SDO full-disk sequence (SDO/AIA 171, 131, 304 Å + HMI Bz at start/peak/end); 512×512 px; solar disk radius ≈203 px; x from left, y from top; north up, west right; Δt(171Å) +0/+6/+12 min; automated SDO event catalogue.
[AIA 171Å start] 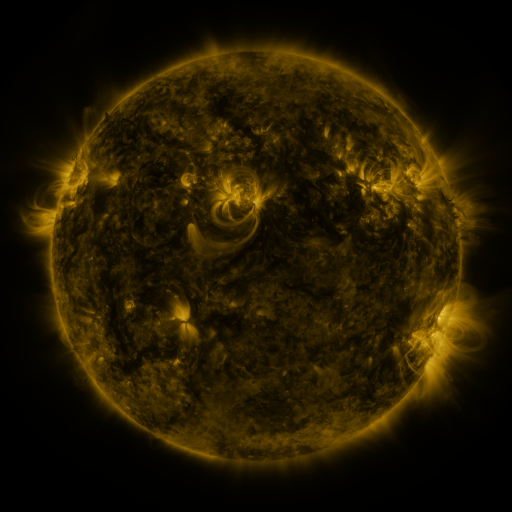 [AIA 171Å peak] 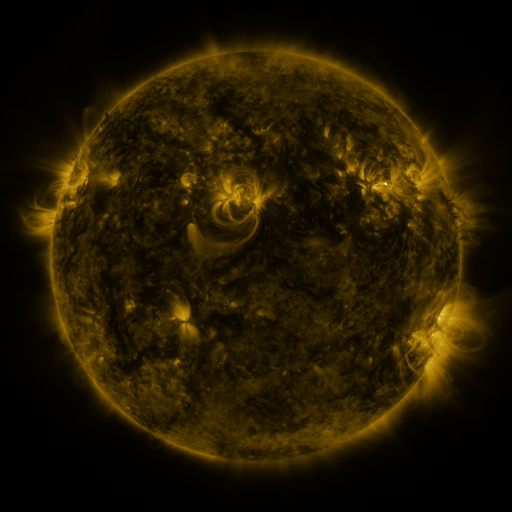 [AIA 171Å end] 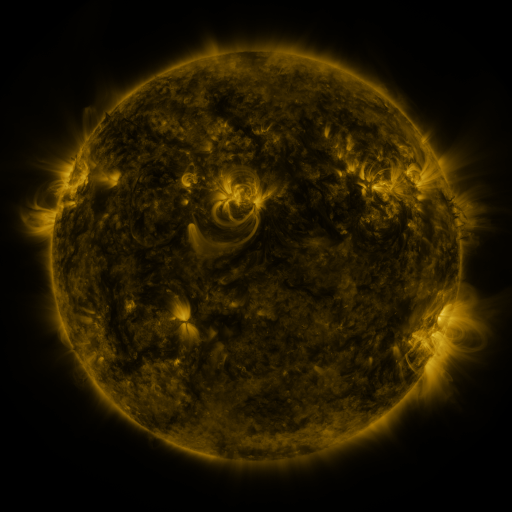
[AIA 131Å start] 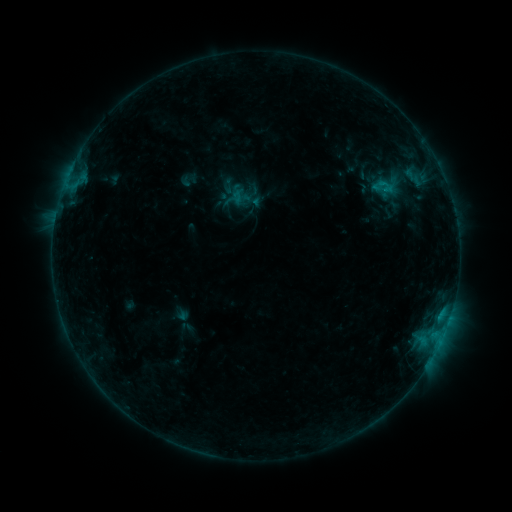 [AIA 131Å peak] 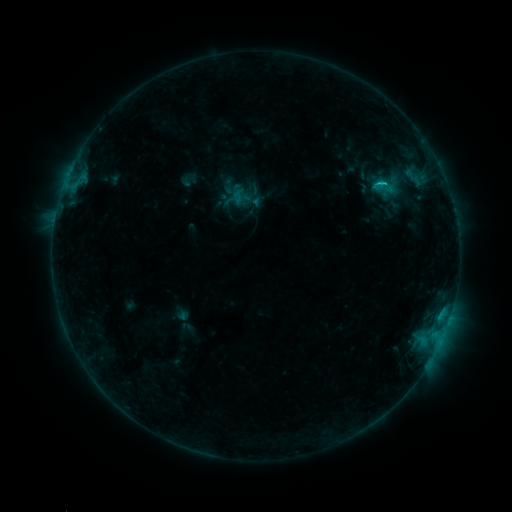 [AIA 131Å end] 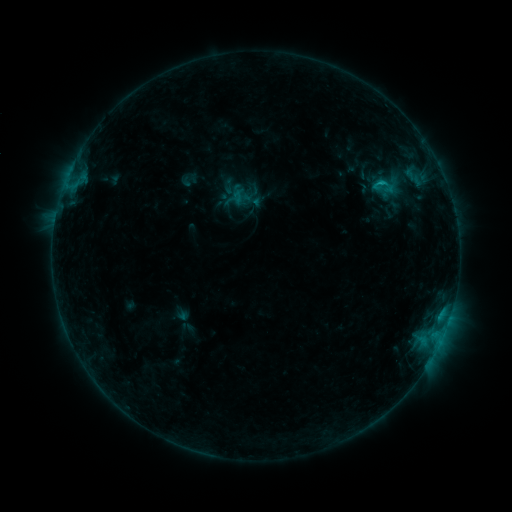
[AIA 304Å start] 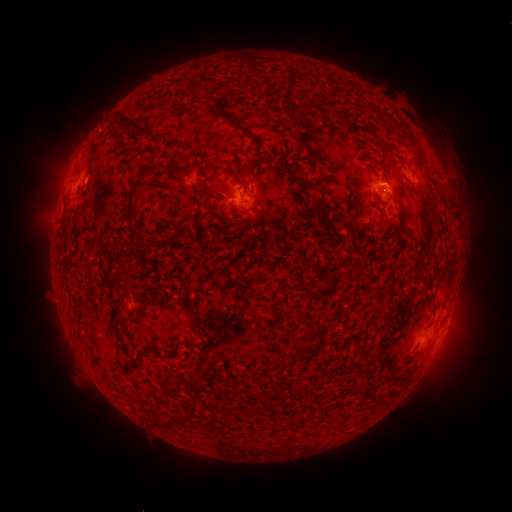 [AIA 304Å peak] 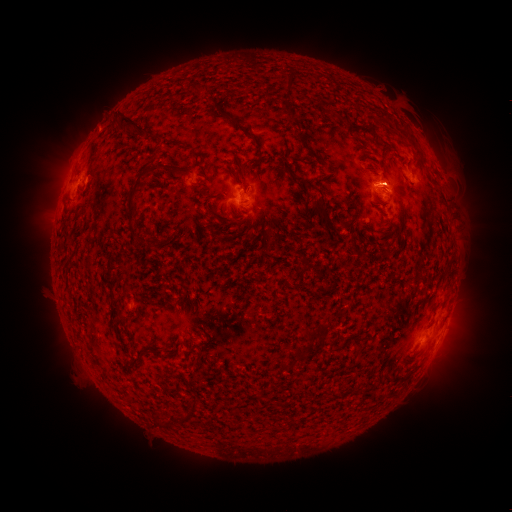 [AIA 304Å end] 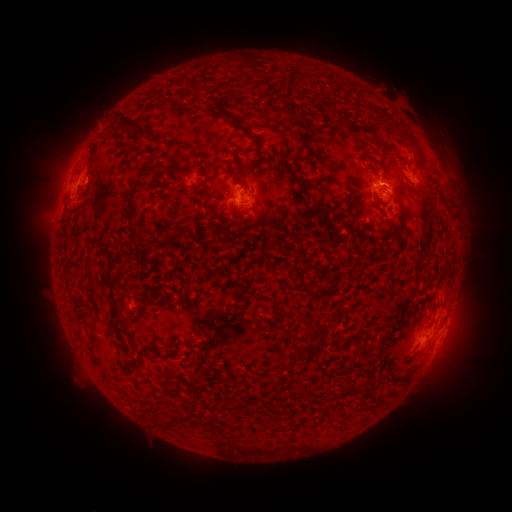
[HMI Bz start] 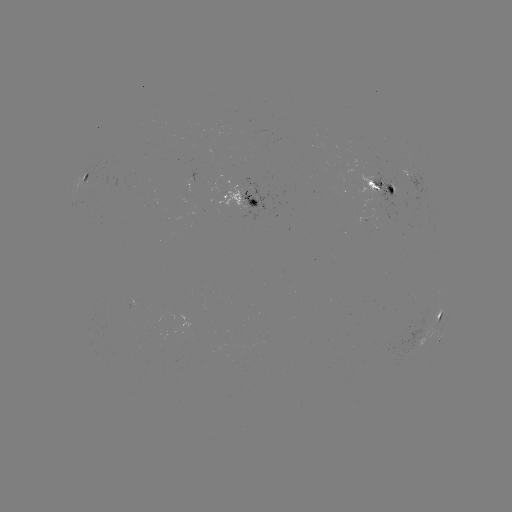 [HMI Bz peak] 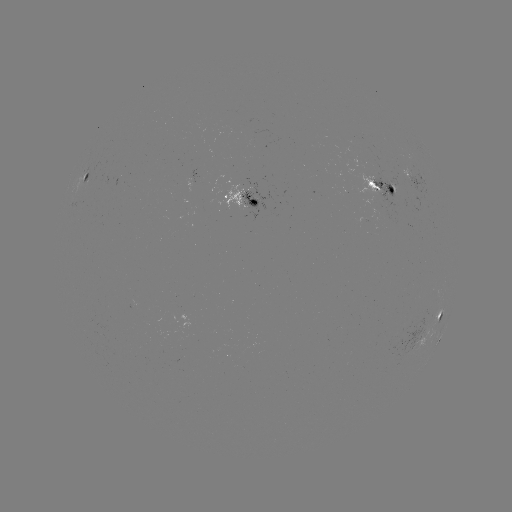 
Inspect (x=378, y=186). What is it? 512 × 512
B9.2 flare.